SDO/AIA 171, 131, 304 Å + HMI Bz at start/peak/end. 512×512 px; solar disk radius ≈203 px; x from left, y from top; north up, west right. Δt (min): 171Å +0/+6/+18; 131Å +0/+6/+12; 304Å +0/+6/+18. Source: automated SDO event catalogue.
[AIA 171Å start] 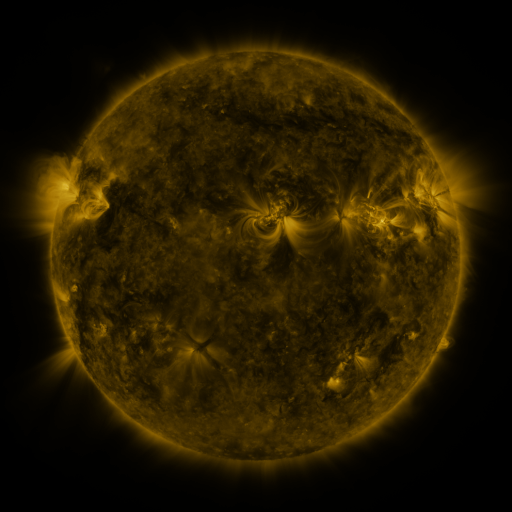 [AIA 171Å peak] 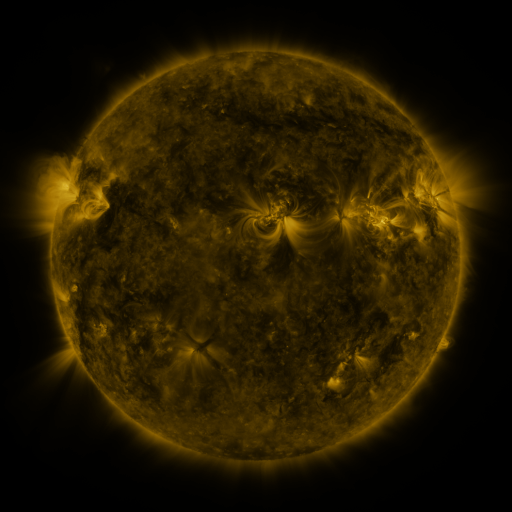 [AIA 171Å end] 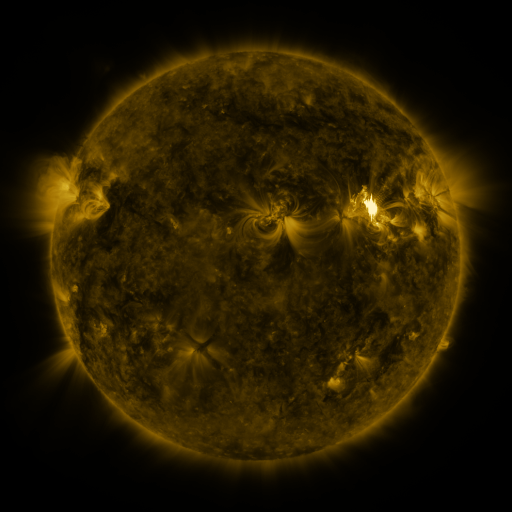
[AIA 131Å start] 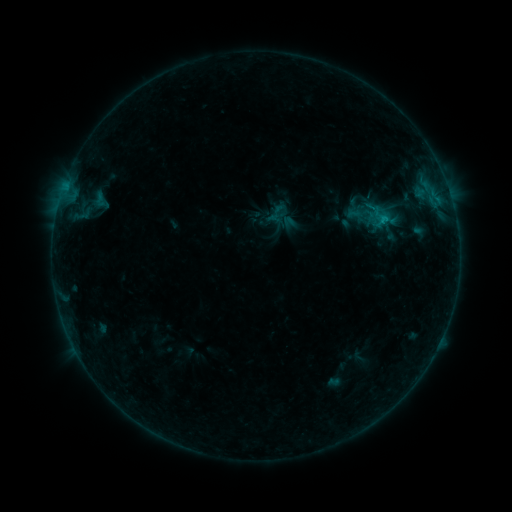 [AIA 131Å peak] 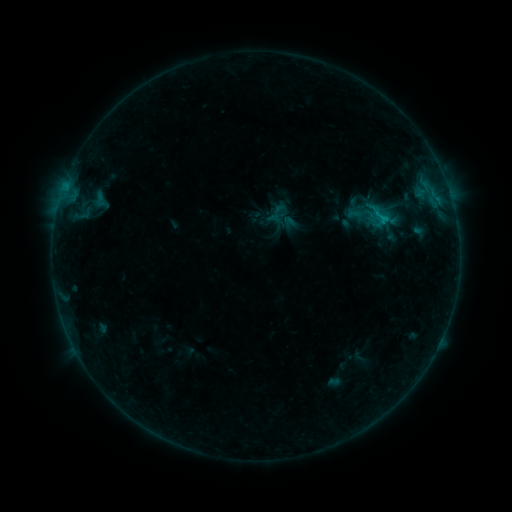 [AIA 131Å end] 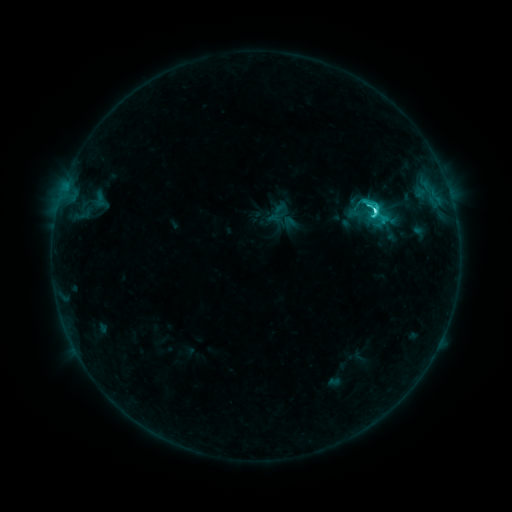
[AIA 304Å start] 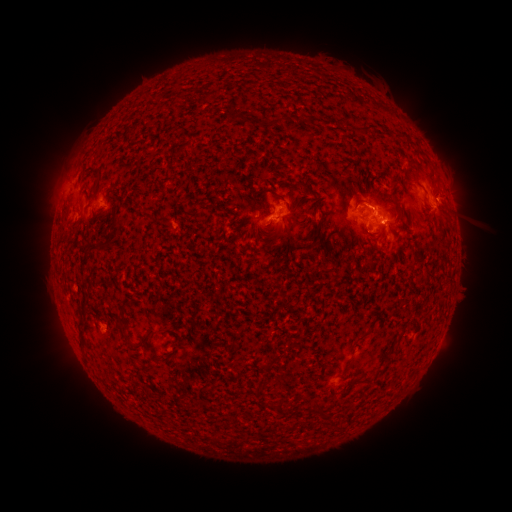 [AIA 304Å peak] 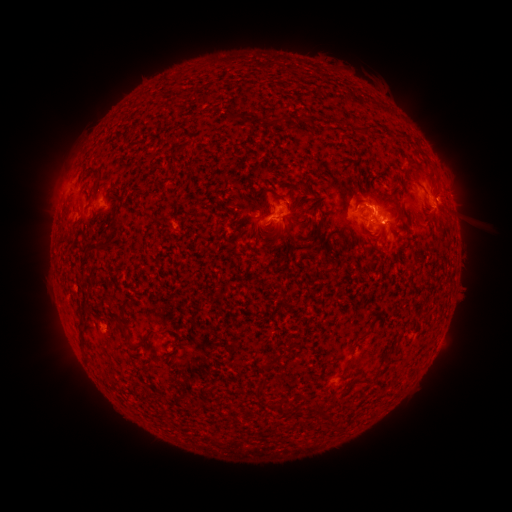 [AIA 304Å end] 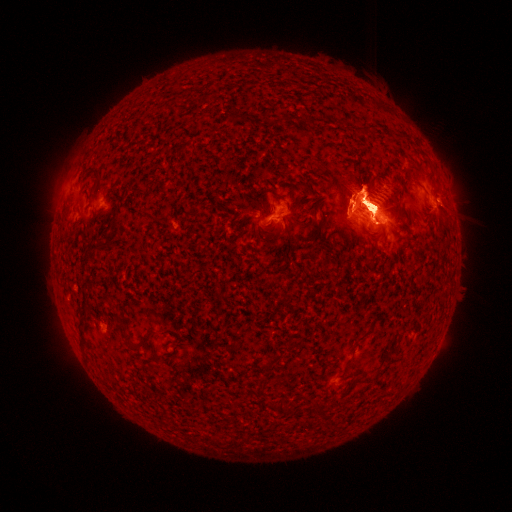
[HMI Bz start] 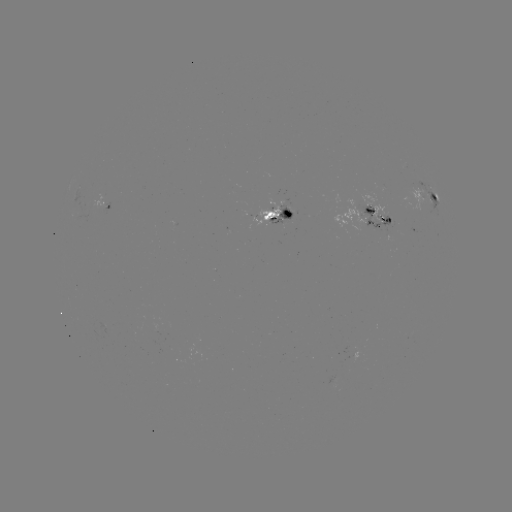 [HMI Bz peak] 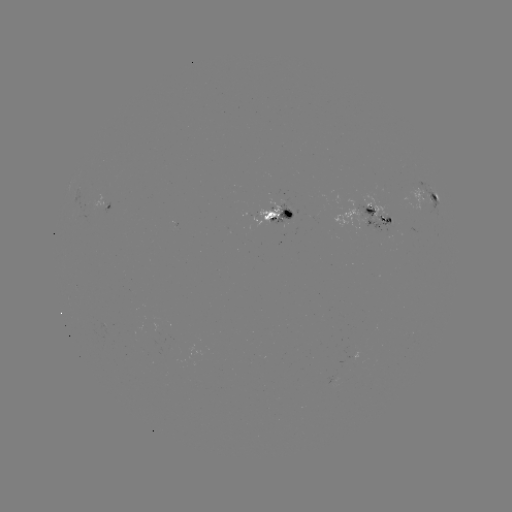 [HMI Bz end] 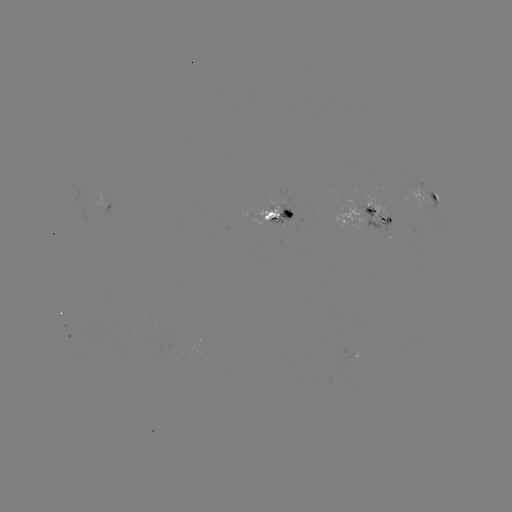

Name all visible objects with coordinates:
M9.3 flare: (376, 216)
